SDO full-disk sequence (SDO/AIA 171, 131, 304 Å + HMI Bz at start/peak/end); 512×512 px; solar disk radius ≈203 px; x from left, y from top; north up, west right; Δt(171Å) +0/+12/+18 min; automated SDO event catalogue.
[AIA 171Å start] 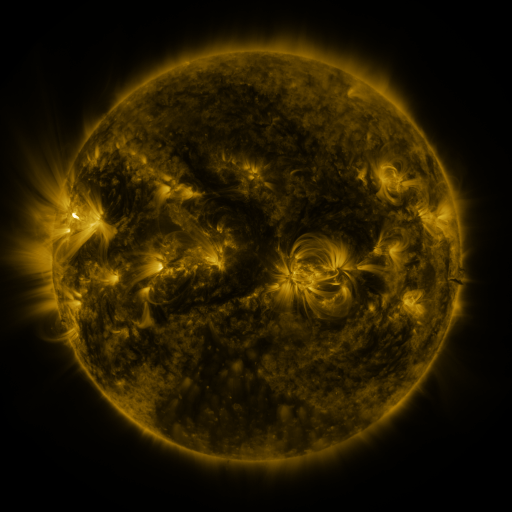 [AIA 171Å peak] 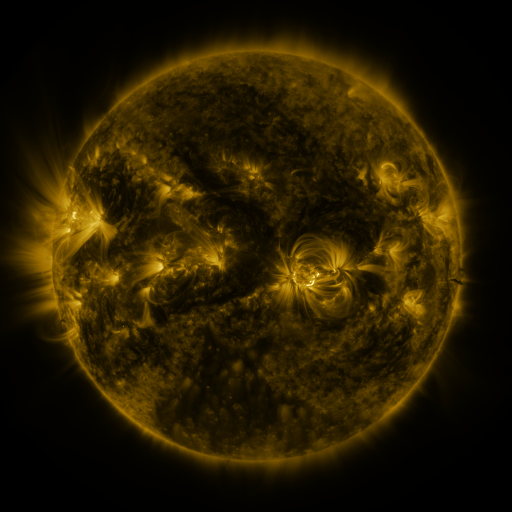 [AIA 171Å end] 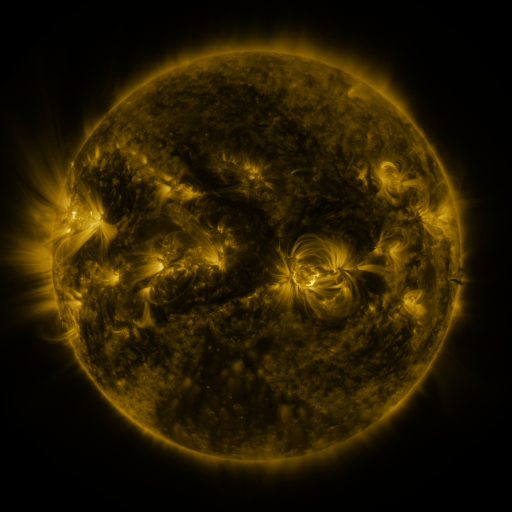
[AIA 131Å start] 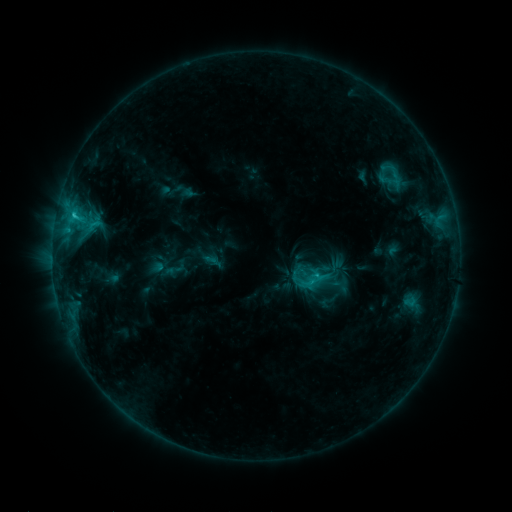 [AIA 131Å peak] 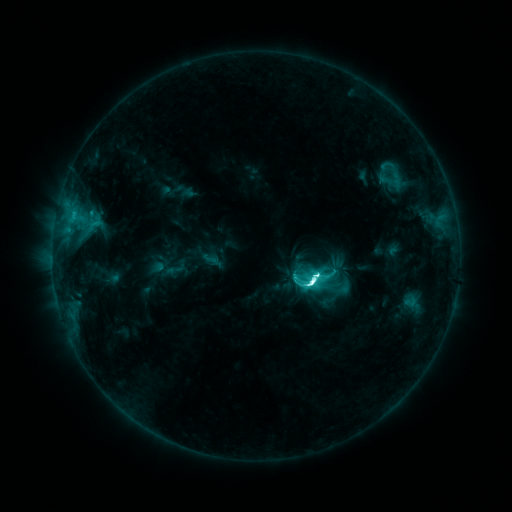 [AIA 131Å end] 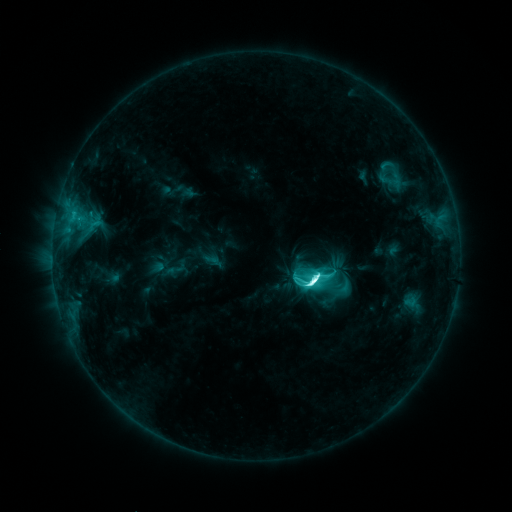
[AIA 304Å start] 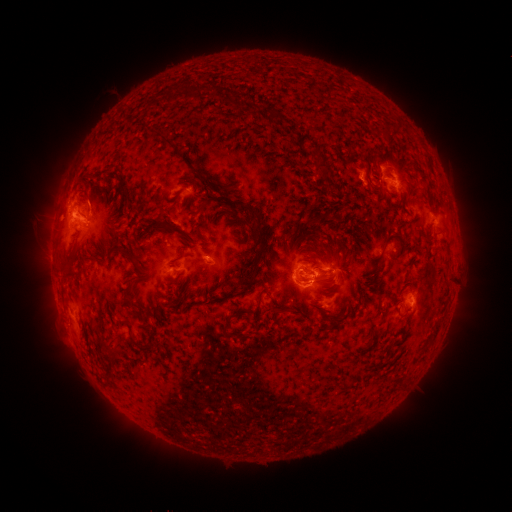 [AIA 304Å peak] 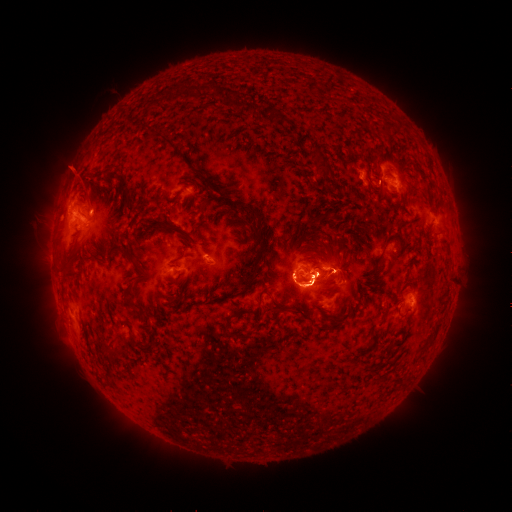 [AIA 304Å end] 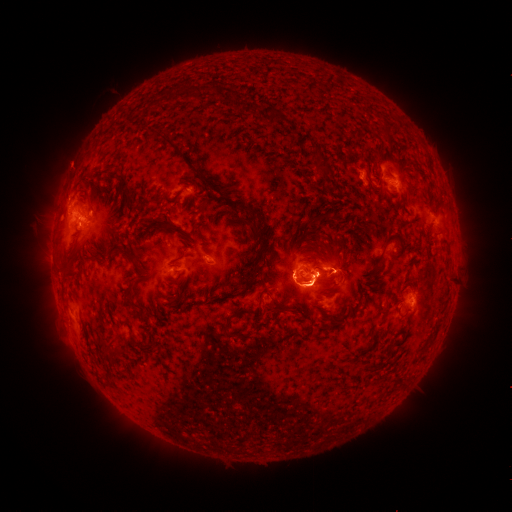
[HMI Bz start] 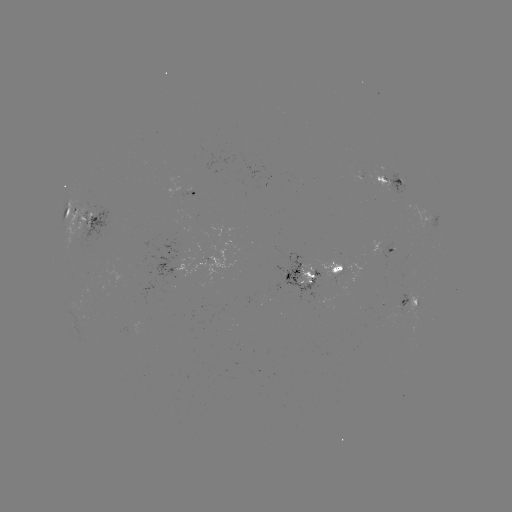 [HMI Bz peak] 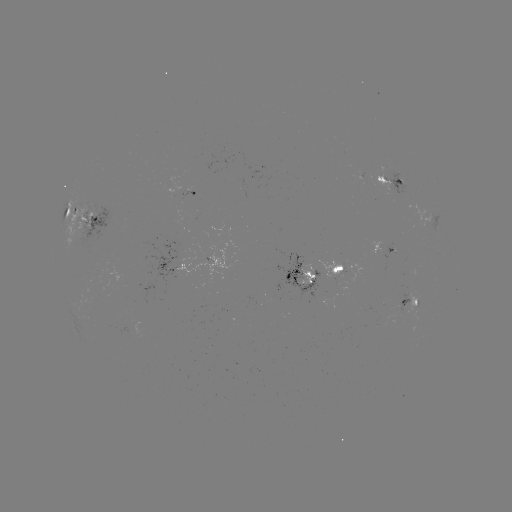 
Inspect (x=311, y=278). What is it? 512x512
M2.0 flare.